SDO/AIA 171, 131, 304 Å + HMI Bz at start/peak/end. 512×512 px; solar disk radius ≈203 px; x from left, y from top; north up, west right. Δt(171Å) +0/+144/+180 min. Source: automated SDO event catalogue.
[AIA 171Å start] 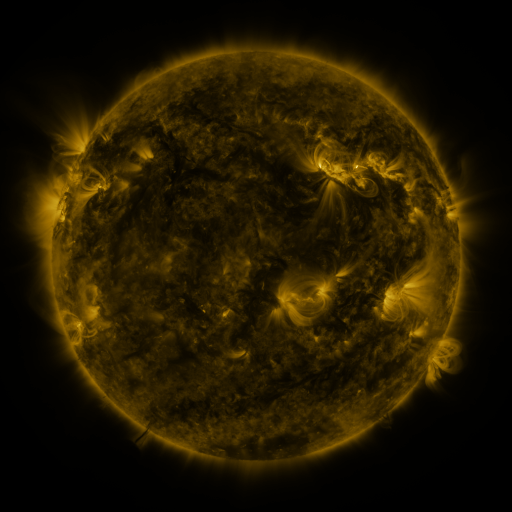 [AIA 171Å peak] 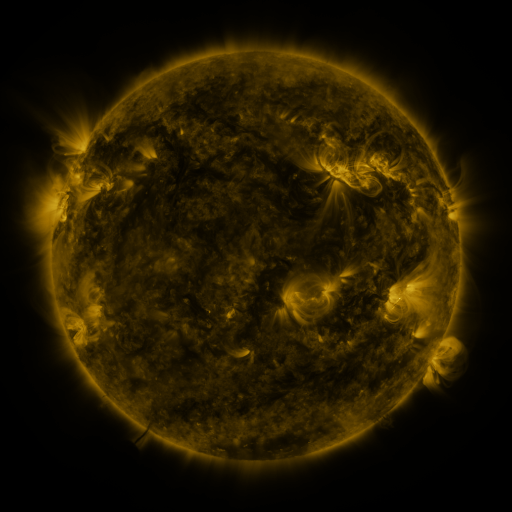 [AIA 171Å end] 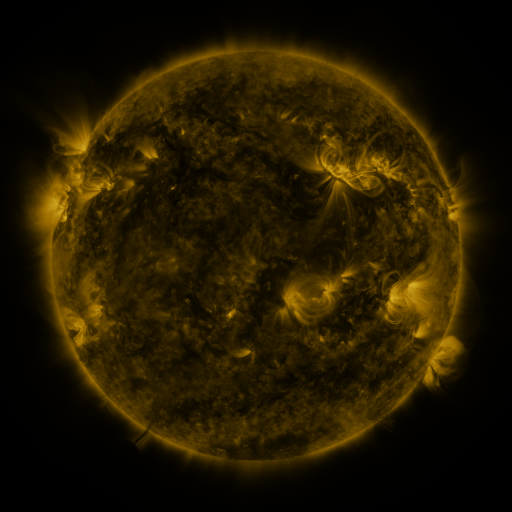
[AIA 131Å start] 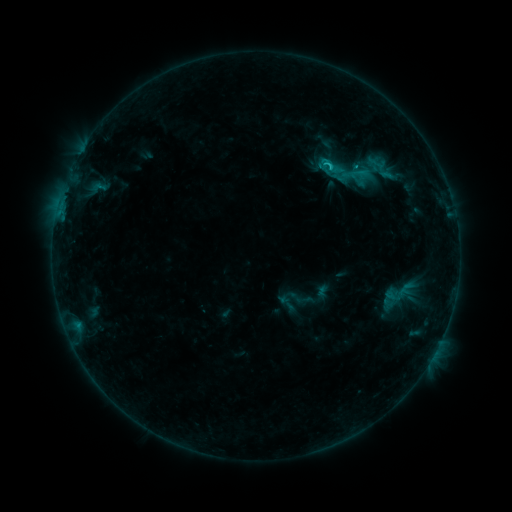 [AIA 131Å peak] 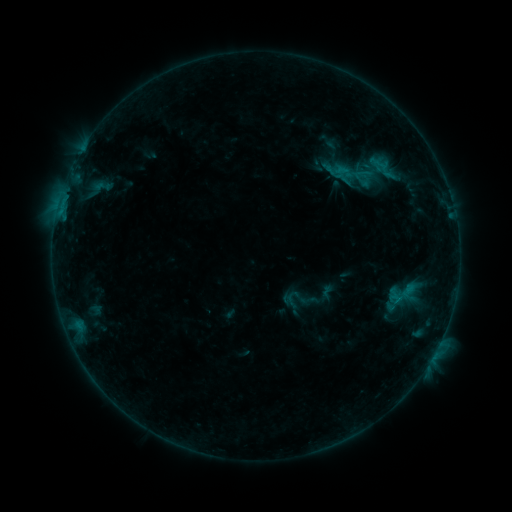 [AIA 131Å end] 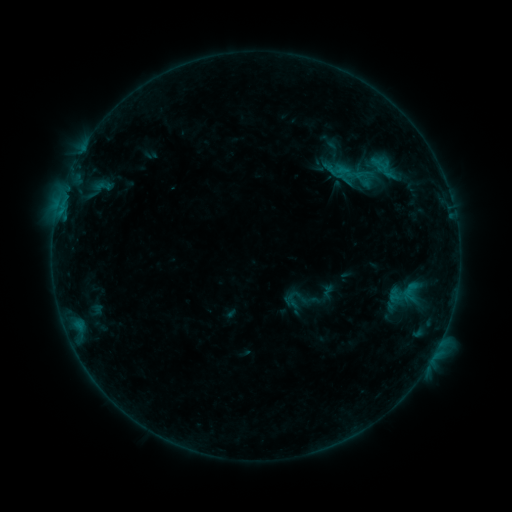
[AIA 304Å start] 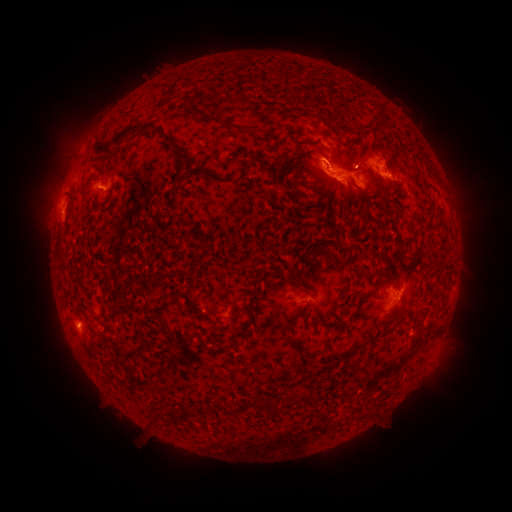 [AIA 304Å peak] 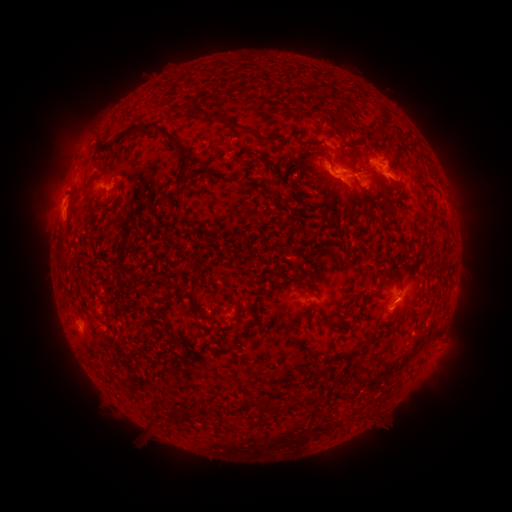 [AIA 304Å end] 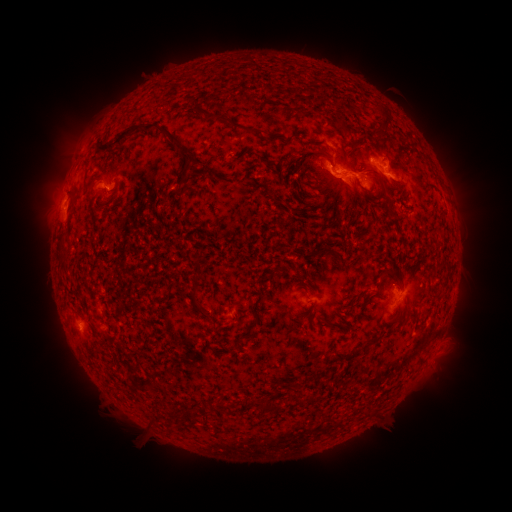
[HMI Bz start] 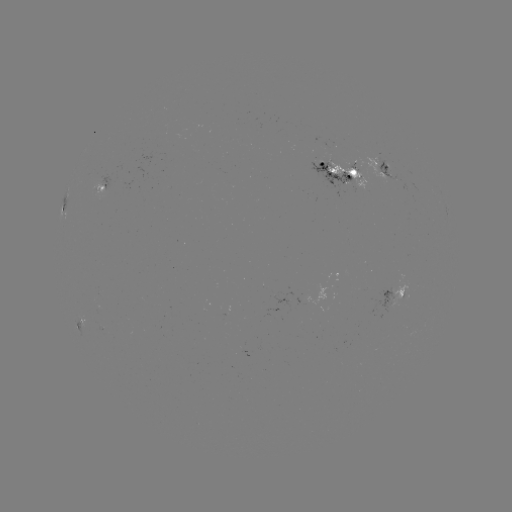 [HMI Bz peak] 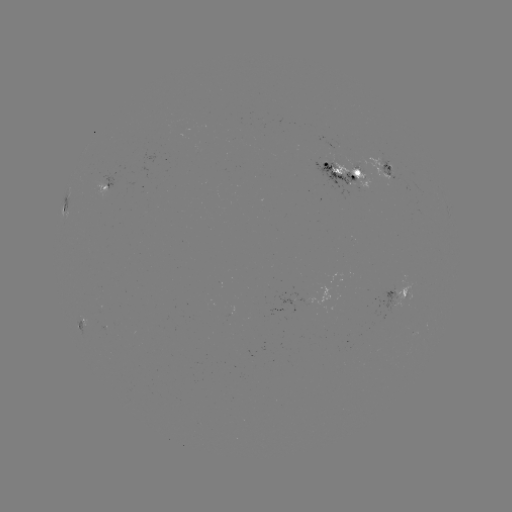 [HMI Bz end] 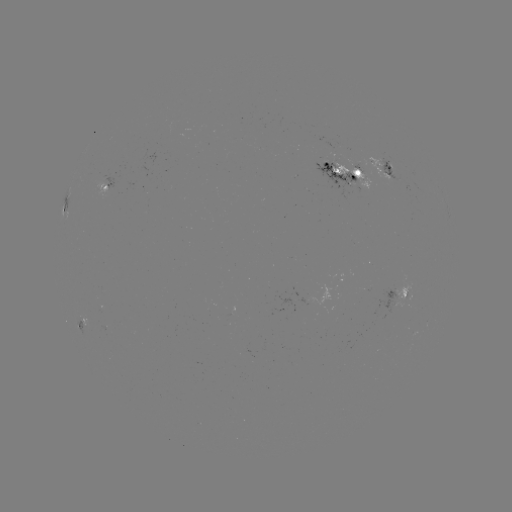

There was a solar emerging-flux region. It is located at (389, 167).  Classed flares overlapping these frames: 2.